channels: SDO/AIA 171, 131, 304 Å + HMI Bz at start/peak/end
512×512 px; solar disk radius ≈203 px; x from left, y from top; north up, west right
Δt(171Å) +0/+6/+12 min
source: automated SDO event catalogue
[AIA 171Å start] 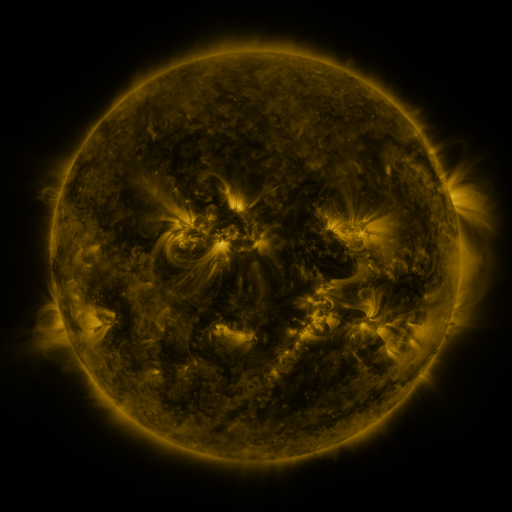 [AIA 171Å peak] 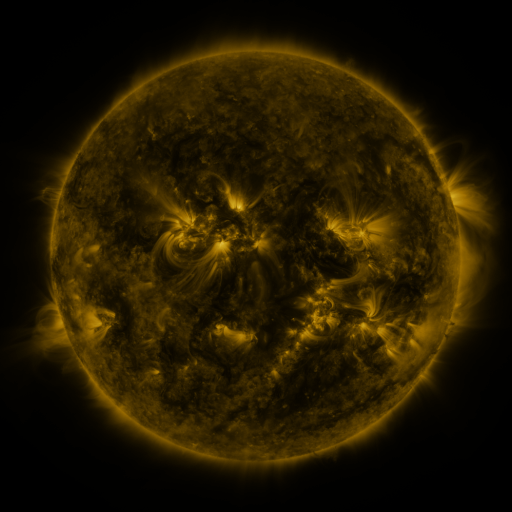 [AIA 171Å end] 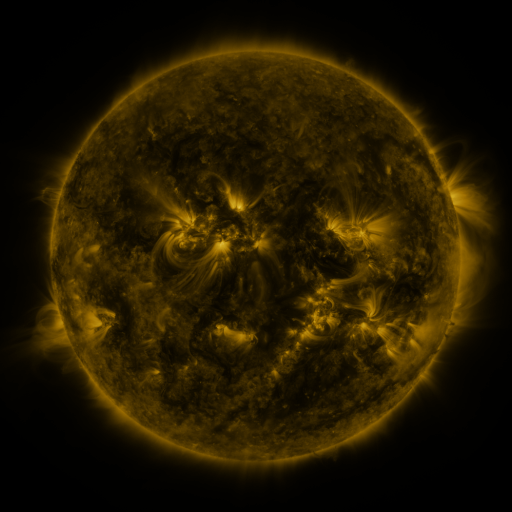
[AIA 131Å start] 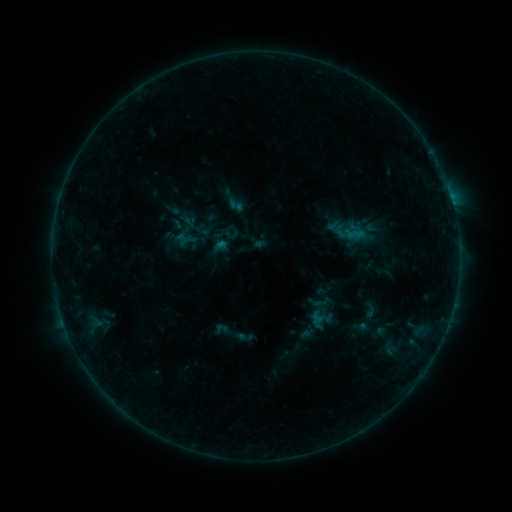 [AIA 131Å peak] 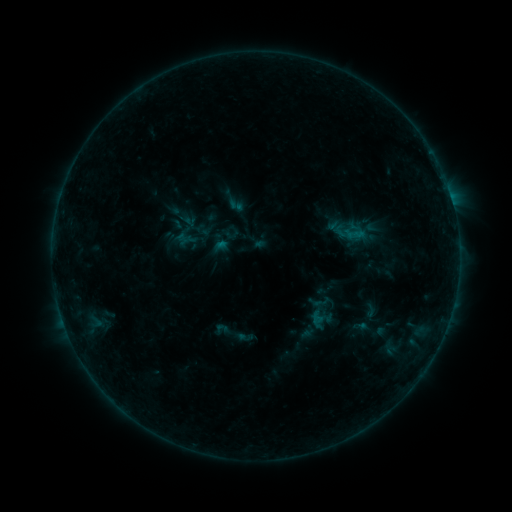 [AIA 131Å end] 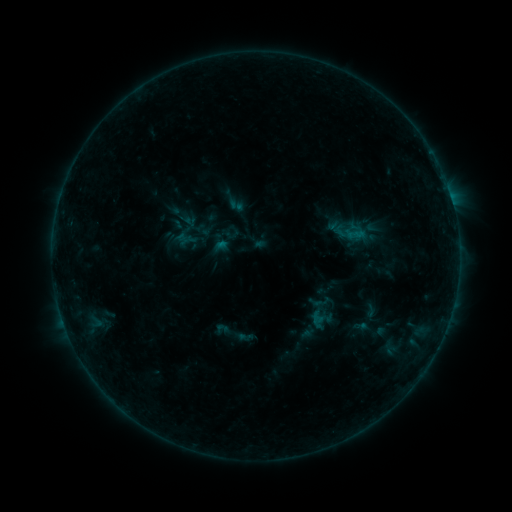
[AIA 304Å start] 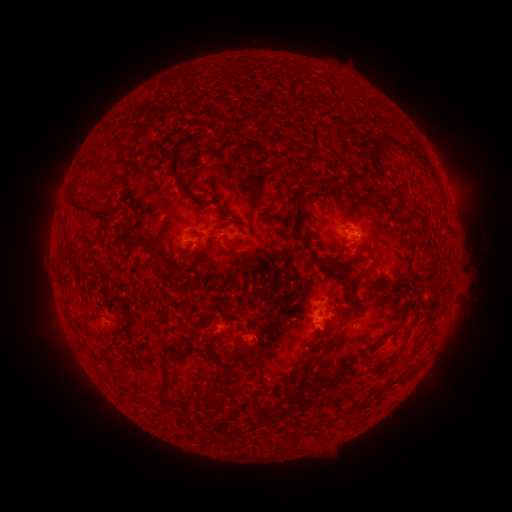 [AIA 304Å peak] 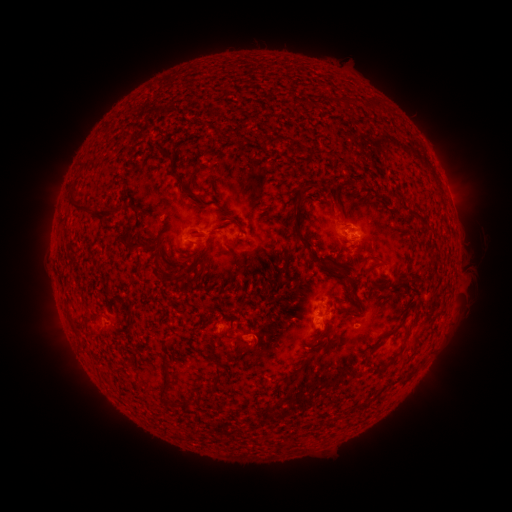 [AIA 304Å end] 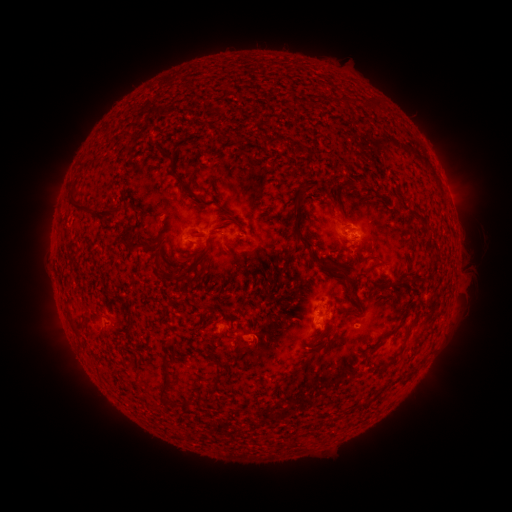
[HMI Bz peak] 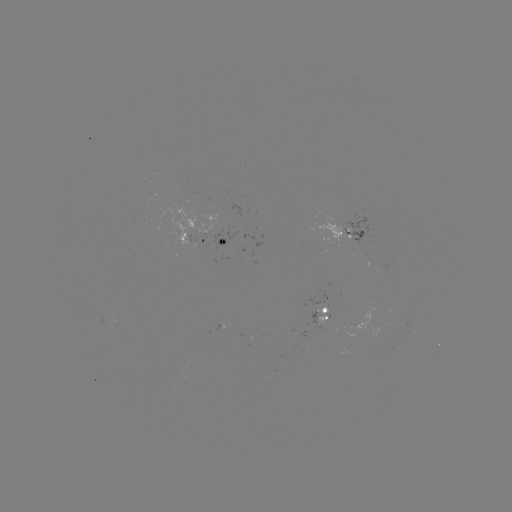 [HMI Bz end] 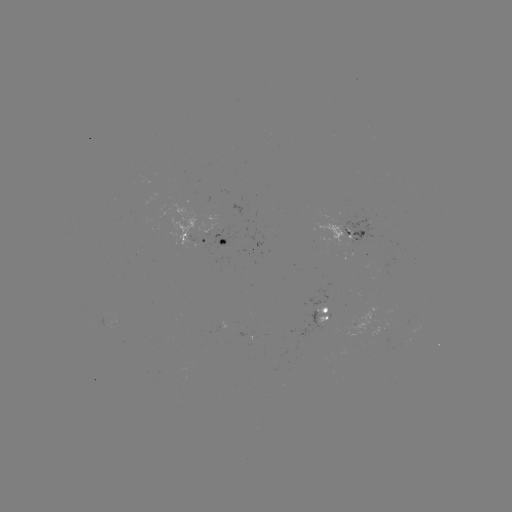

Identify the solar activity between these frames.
nothing was catalogued: no classed flare, no EUV trigger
